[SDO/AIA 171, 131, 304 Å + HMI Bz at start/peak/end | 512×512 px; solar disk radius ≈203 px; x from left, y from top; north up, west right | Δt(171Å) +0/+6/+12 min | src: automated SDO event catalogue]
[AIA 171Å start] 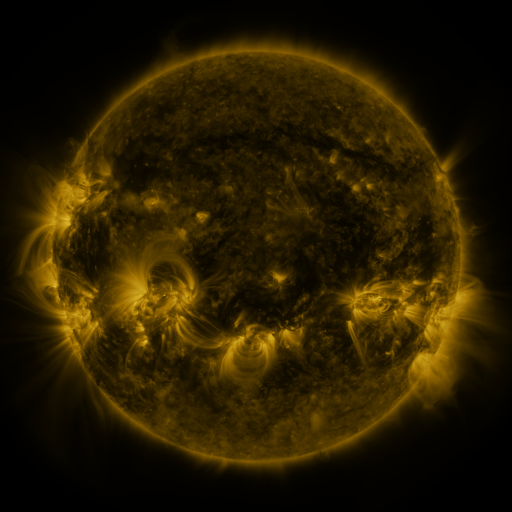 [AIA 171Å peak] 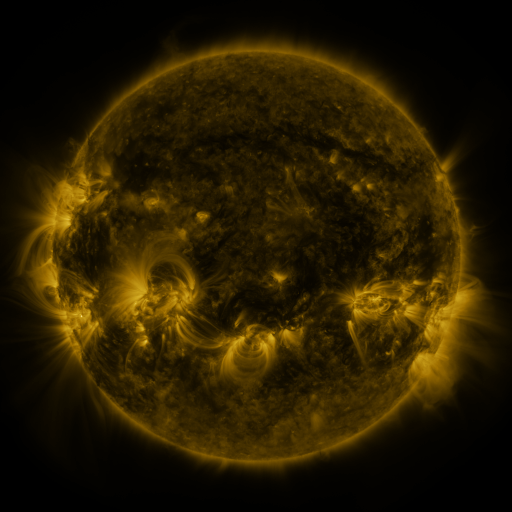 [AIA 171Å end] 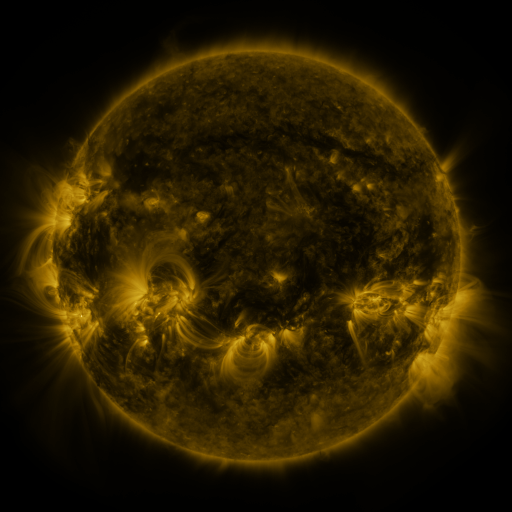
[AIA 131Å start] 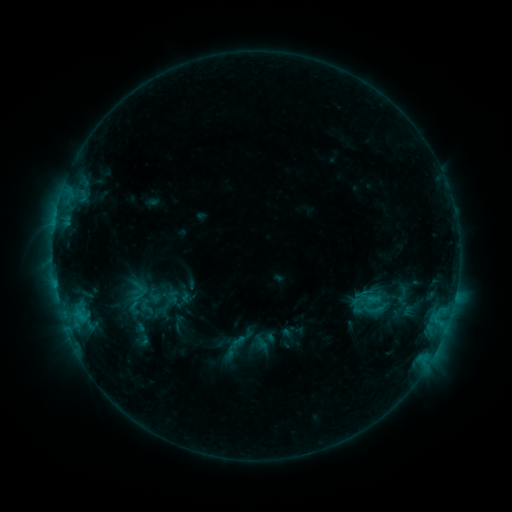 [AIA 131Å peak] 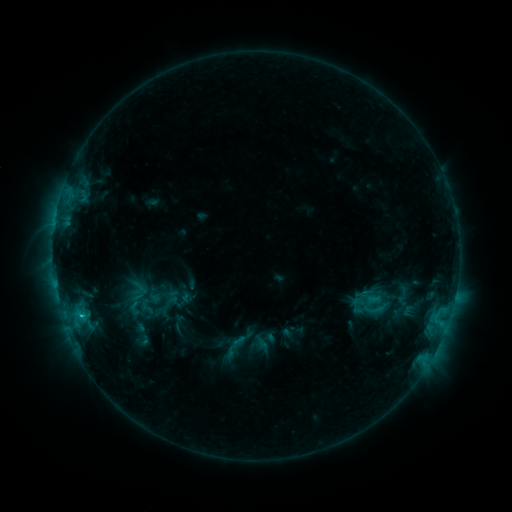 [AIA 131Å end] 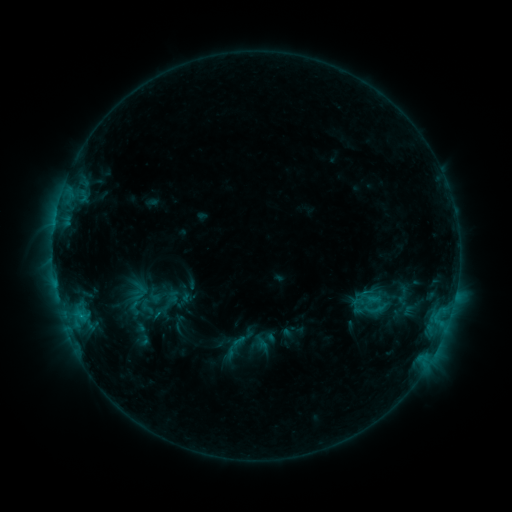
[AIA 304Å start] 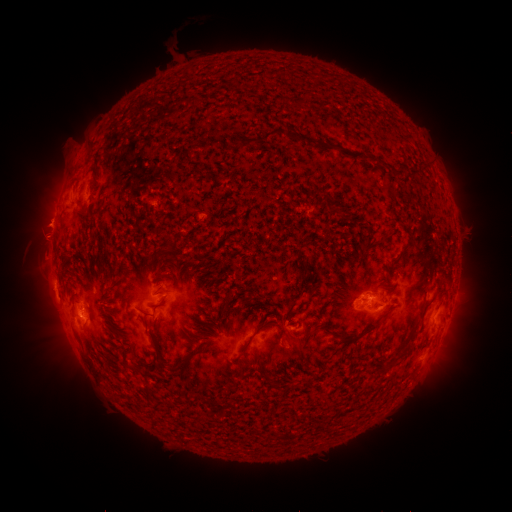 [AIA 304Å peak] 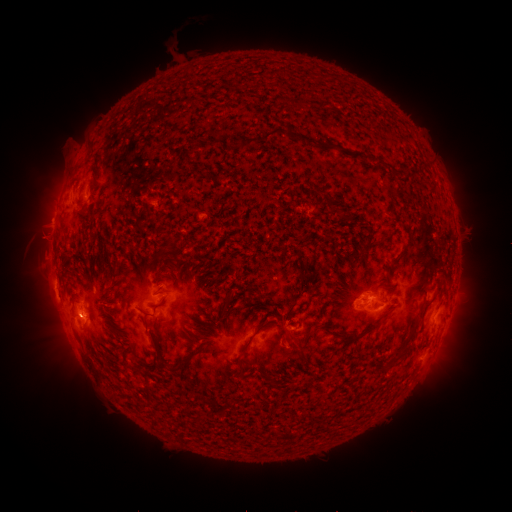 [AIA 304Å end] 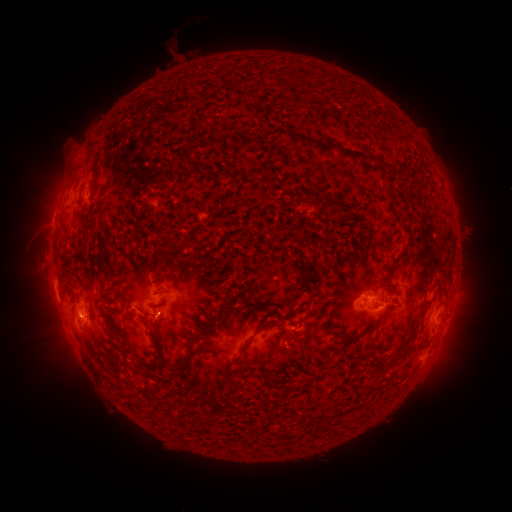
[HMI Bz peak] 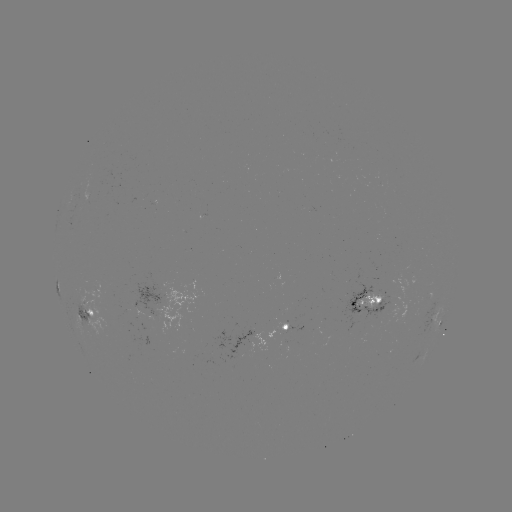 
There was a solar flare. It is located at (82, 315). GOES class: C1.3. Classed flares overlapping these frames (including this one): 1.